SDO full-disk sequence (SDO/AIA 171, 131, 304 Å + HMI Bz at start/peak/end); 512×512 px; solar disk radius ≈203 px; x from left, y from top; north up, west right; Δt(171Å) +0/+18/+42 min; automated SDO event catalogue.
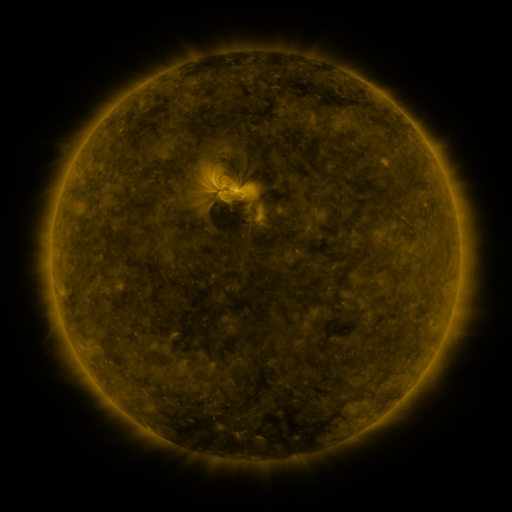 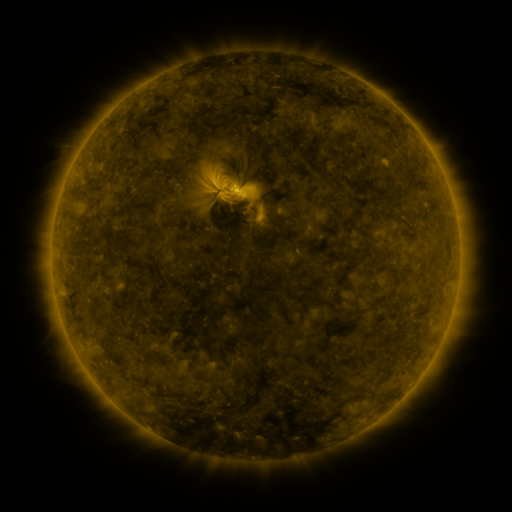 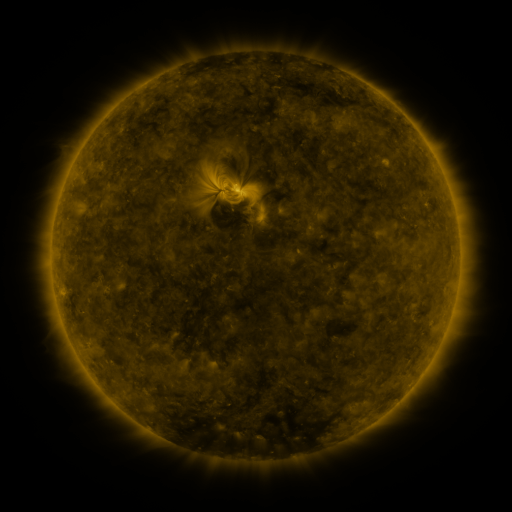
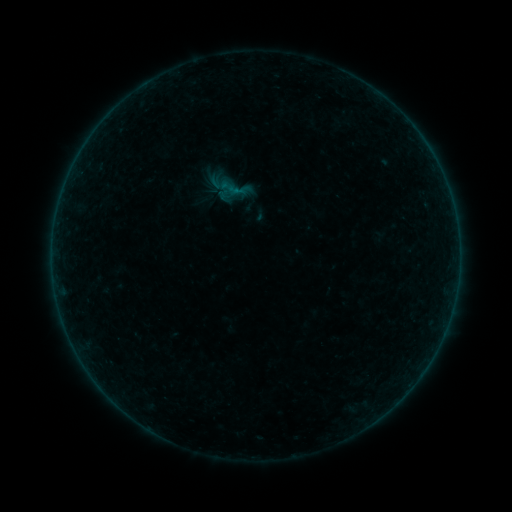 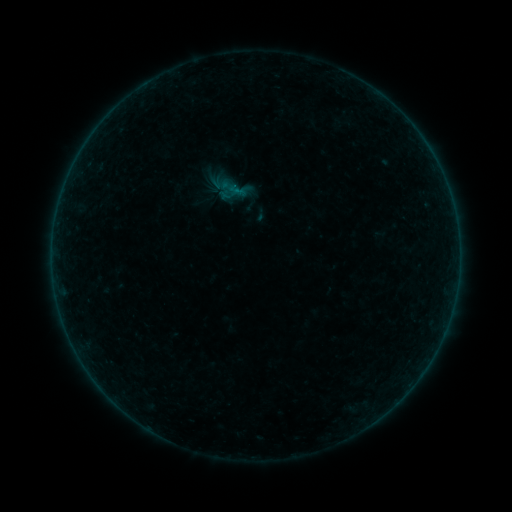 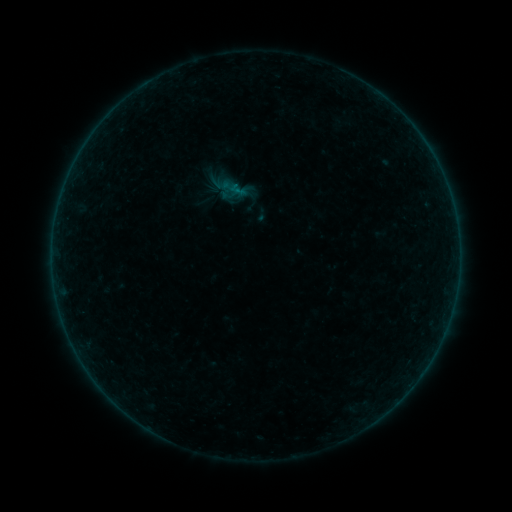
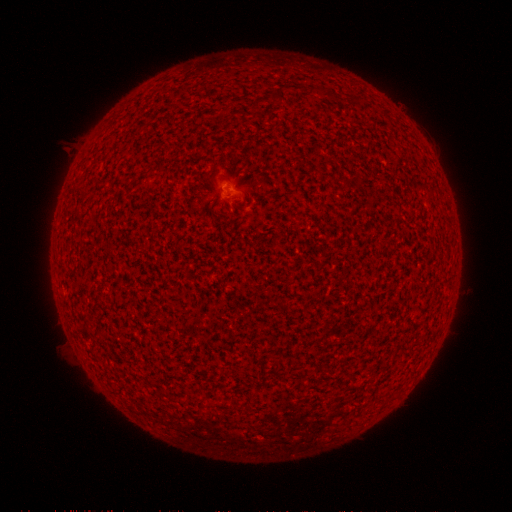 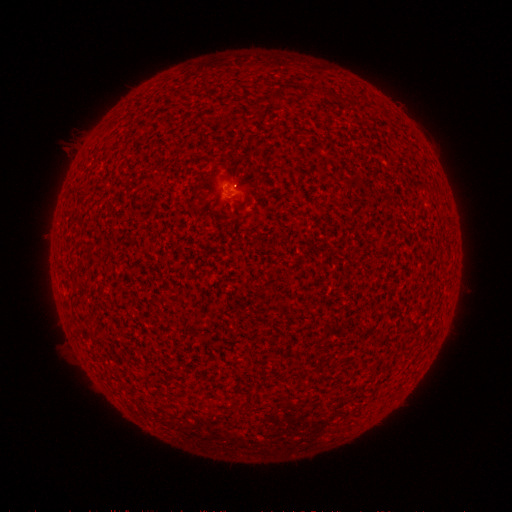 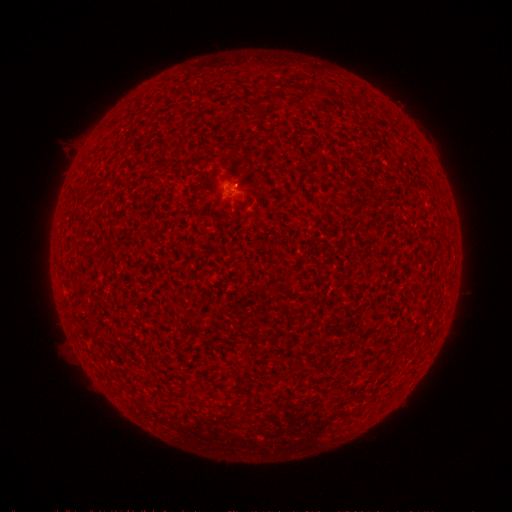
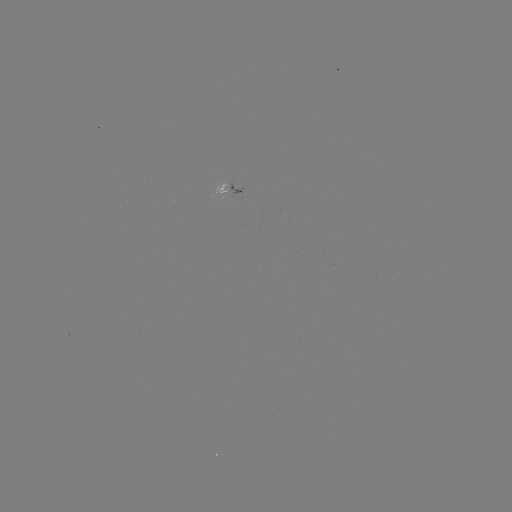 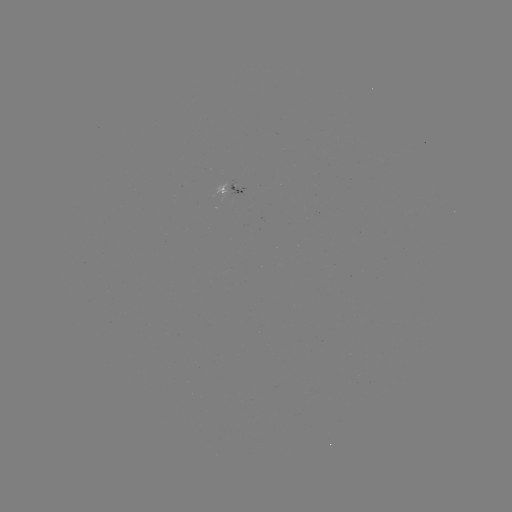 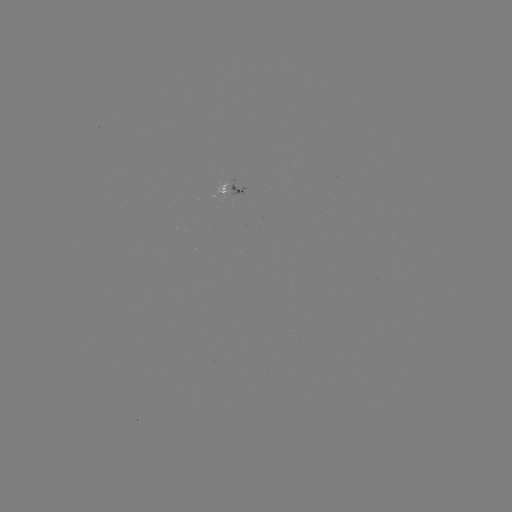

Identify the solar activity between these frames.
no flare in any classed list; no EUV-trigger detection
